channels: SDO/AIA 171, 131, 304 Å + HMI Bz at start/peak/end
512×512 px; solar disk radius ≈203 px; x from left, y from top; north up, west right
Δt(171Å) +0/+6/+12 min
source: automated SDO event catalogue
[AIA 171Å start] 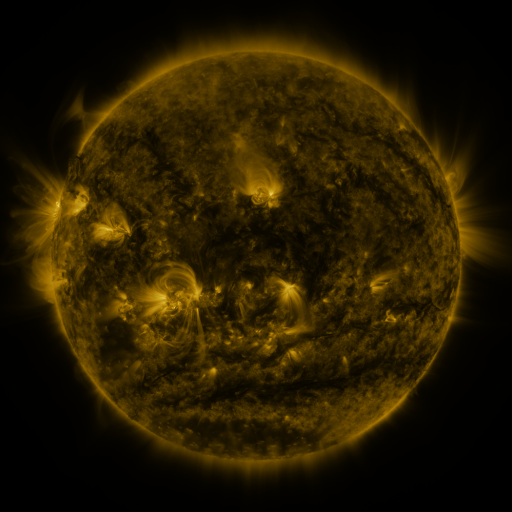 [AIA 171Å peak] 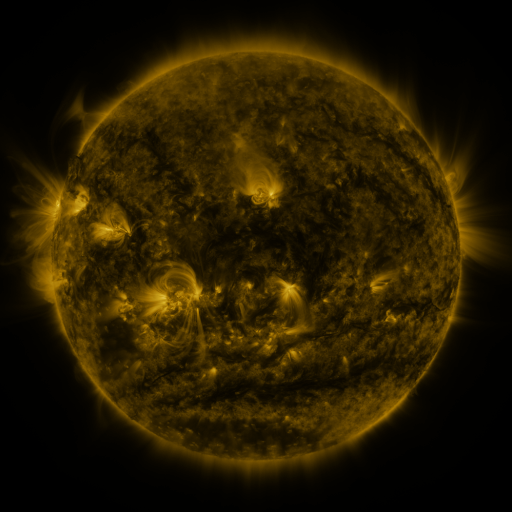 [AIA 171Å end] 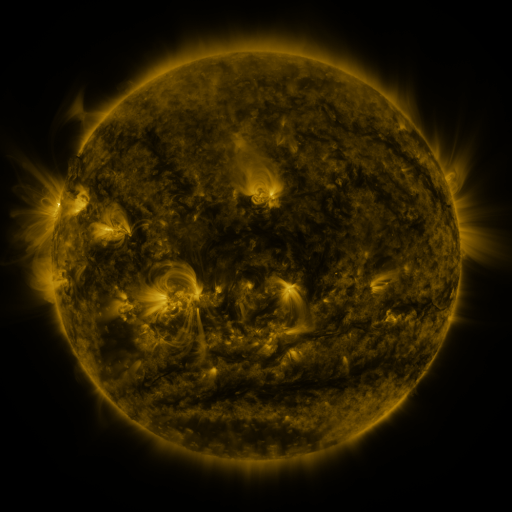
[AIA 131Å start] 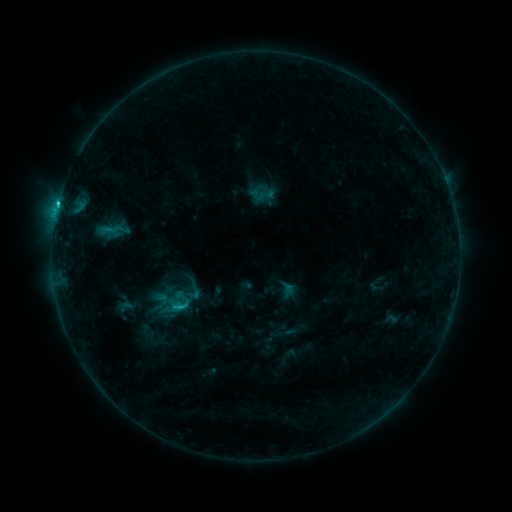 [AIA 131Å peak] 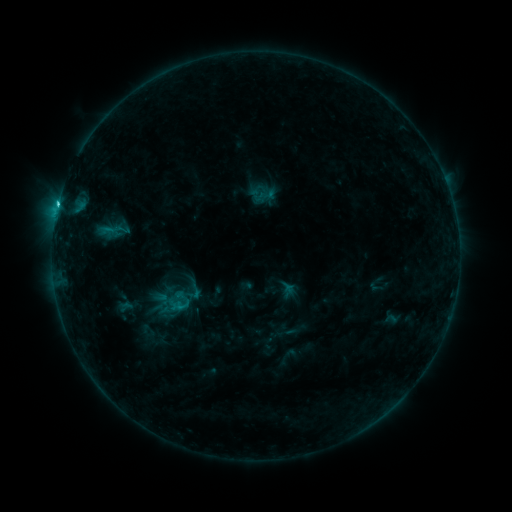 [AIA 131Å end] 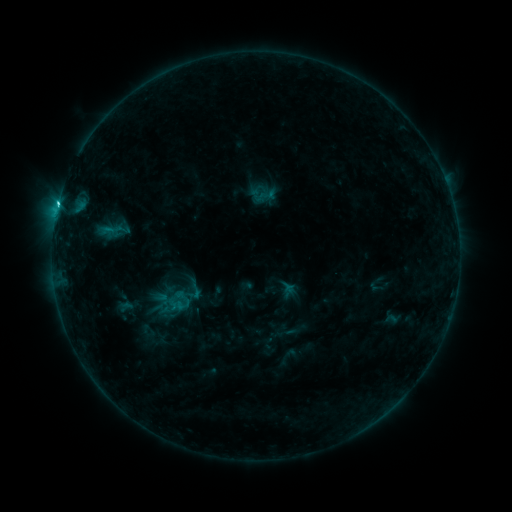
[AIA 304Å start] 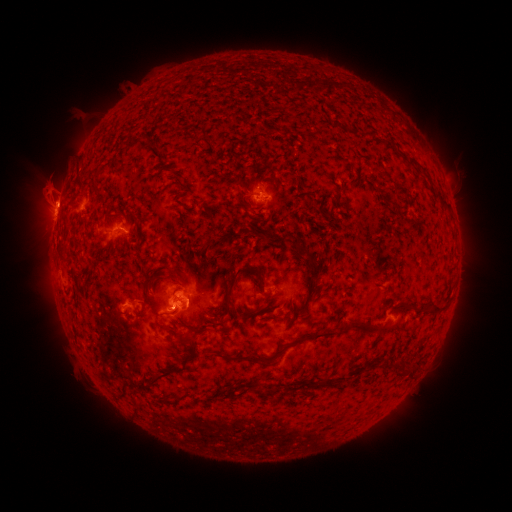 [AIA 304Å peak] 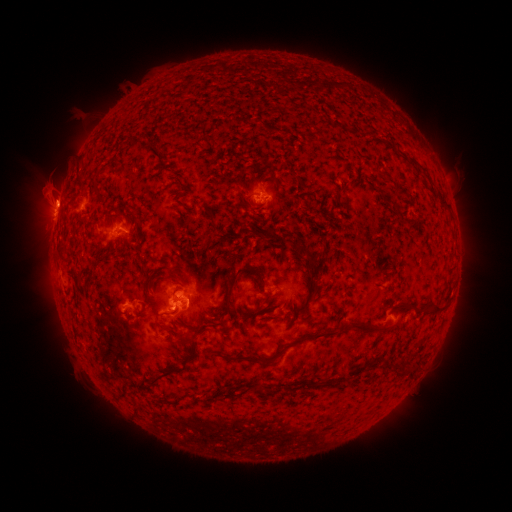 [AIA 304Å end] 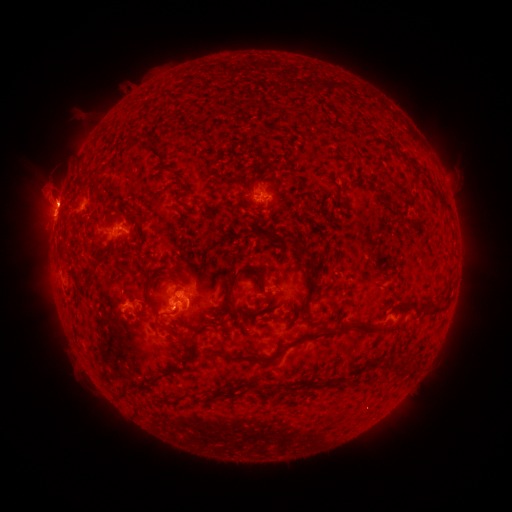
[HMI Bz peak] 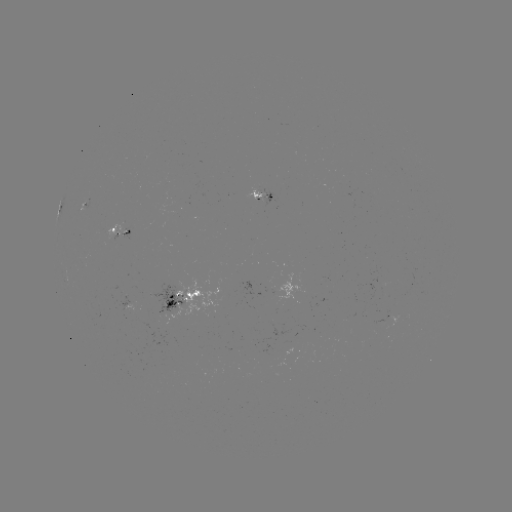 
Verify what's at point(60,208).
C2.5 flare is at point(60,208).